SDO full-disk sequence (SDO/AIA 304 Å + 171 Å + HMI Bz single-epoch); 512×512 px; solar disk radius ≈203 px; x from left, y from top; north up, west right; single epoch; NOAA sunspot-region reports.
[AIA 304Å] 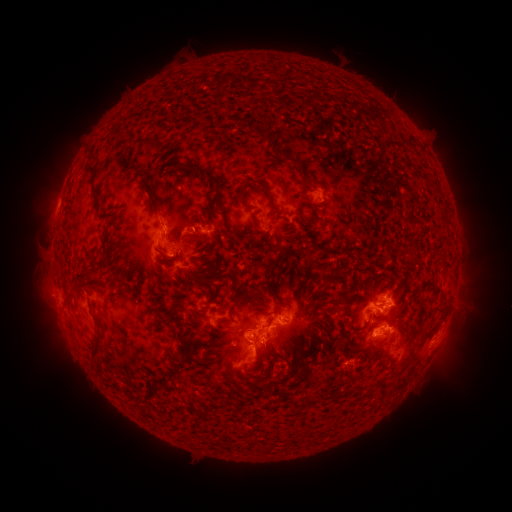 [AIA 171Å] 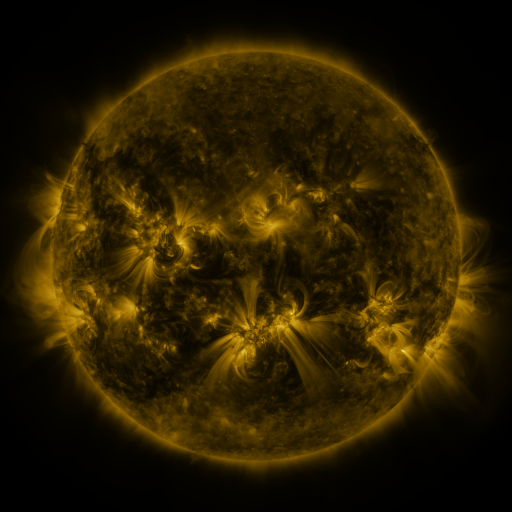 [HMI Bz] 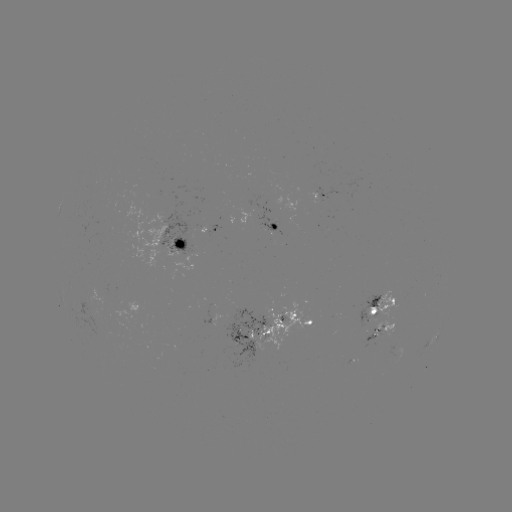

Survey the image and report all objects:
spotted active region: (321, 194)
spotted active region: (276, 226)
spotted active region: (176, 243)
spotted active region: (381, 308)
spotted active region: (313, 320)
spotted active region: (384, 328)
spotted active region: (269, 334)
spotted active region: (430, 341)
